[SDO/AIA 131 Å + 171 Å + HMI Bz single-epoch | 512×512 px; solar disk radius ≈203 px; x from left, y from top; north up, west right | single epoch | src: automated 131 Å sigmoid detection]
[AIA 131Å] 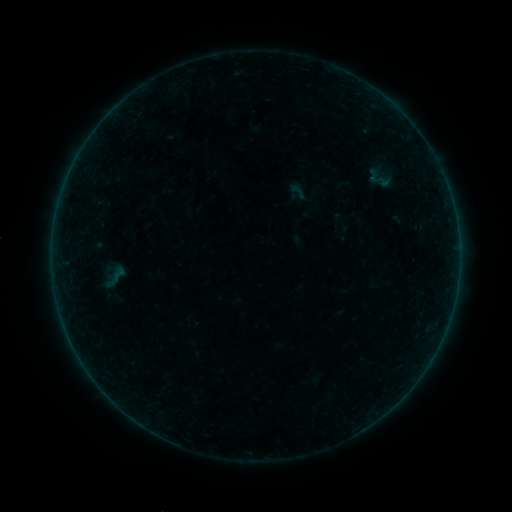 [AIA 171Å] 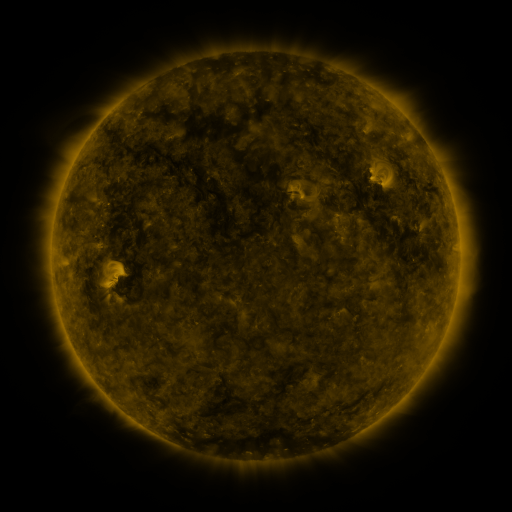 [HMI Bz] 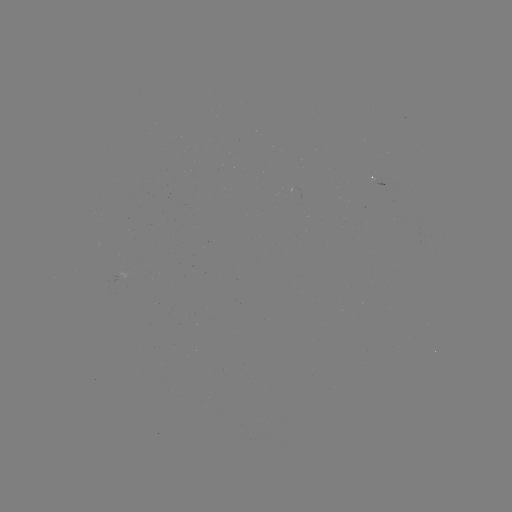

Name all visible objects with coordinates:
sigmoid: (114, 277)
